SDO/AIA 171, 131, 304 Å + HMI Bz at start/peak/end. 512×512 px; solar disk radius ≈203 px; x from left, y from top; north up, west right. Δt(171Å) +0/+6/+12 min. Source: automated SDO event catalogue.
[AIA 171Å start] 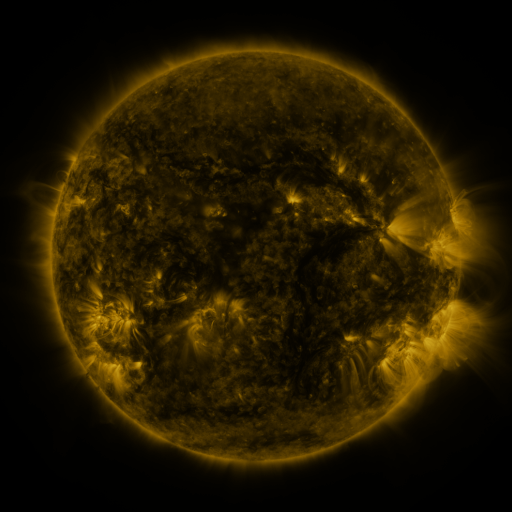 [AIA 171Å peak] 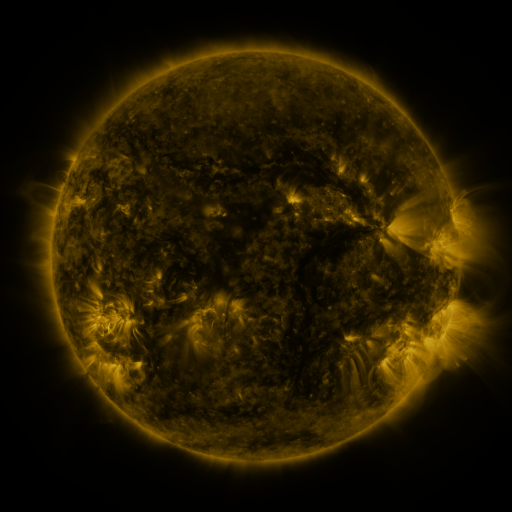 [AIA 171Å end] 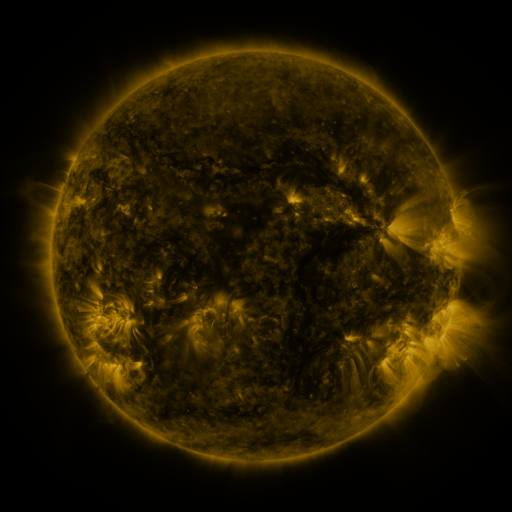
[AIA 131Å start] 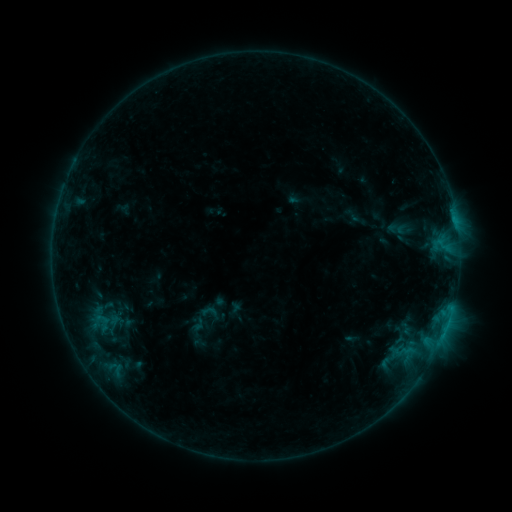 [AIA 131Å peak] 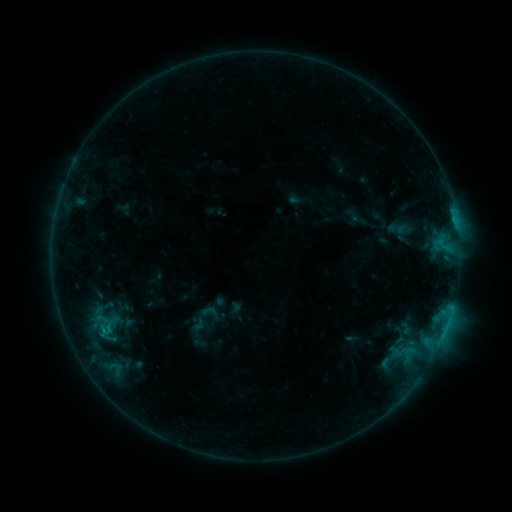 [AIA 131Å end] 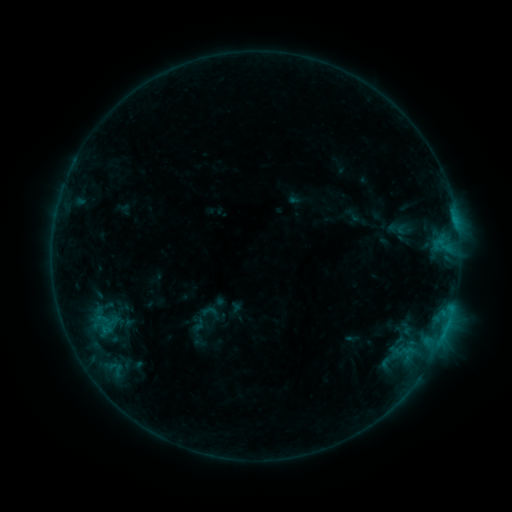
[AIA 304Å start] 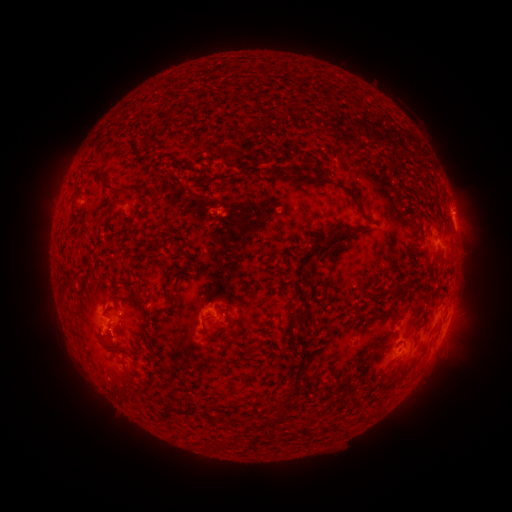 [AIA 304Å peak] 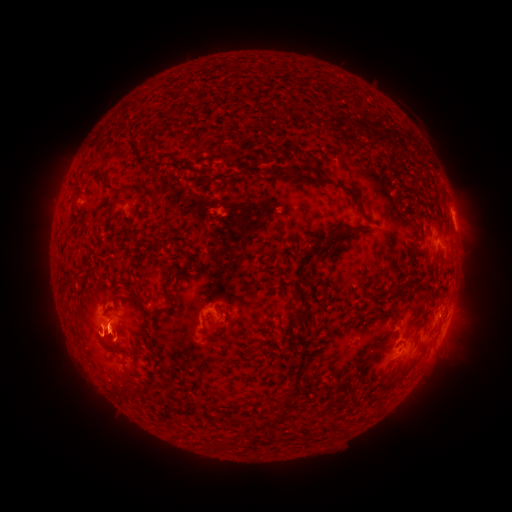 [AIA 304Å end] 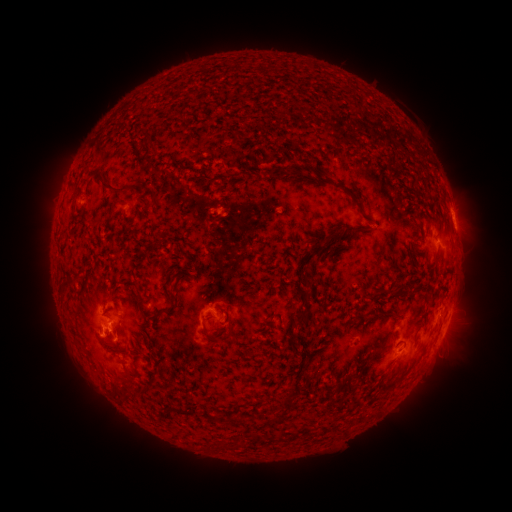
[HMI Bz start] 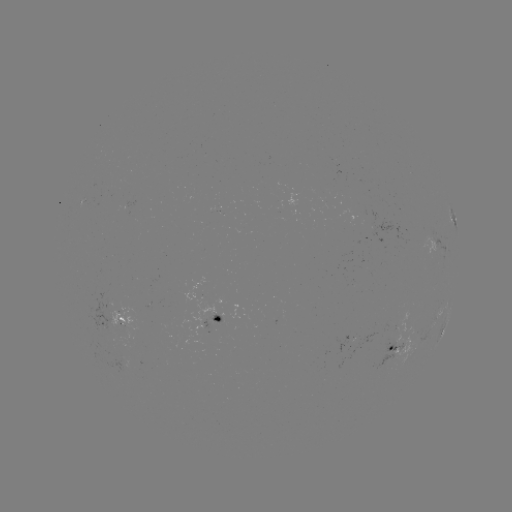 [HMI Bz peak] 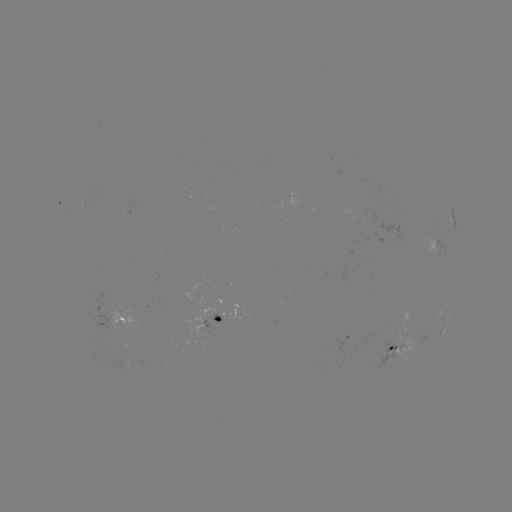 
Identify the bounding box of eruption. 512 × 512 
[61, 316, 117, 368].